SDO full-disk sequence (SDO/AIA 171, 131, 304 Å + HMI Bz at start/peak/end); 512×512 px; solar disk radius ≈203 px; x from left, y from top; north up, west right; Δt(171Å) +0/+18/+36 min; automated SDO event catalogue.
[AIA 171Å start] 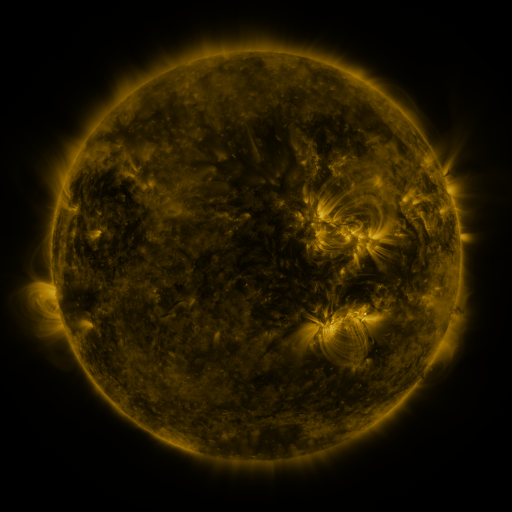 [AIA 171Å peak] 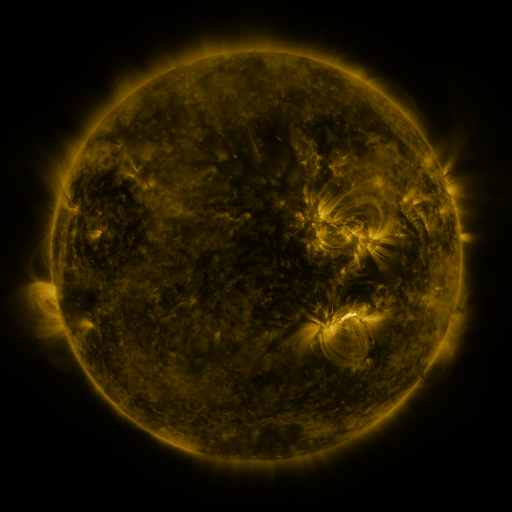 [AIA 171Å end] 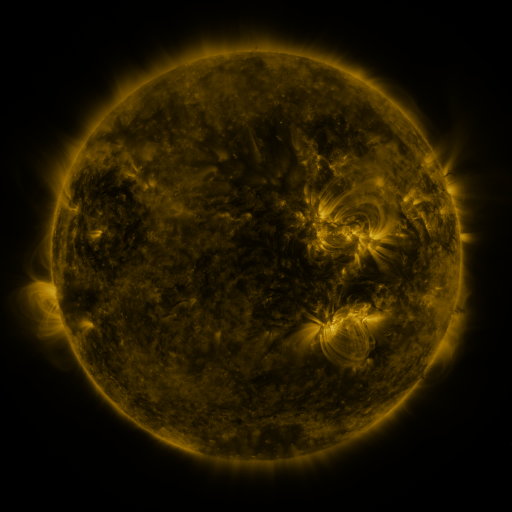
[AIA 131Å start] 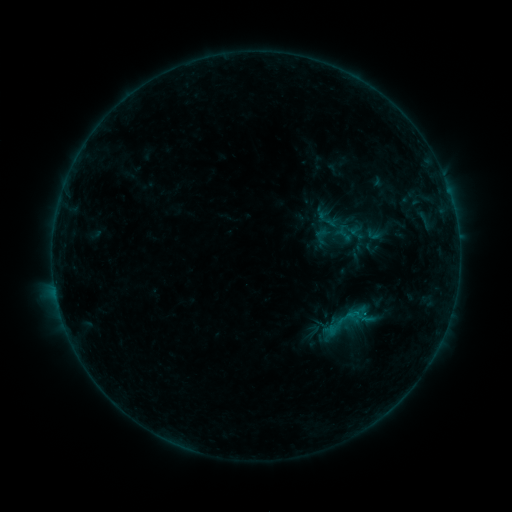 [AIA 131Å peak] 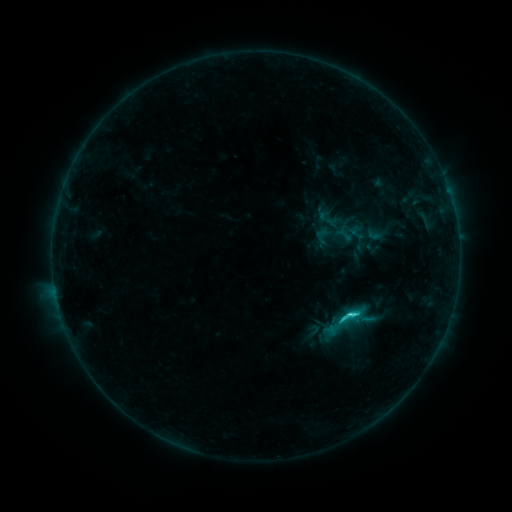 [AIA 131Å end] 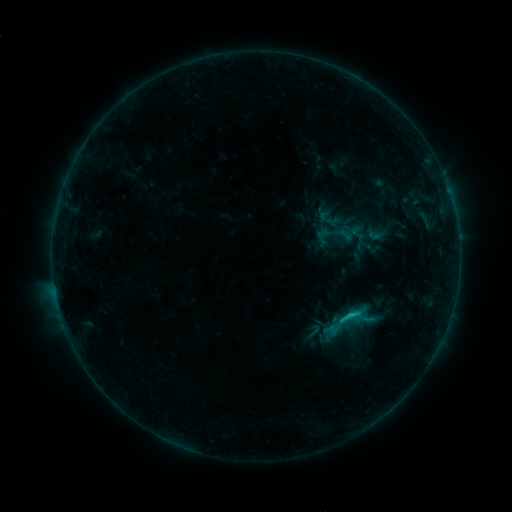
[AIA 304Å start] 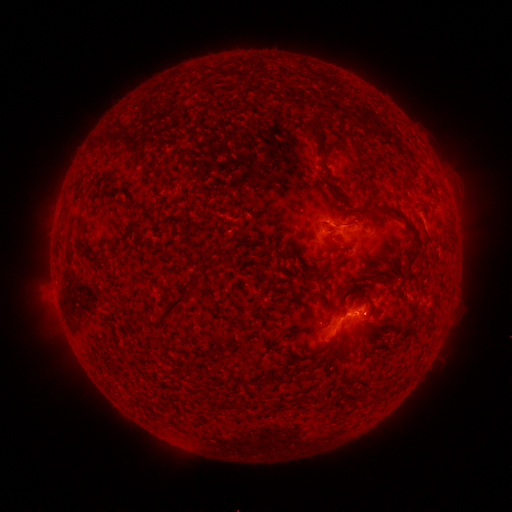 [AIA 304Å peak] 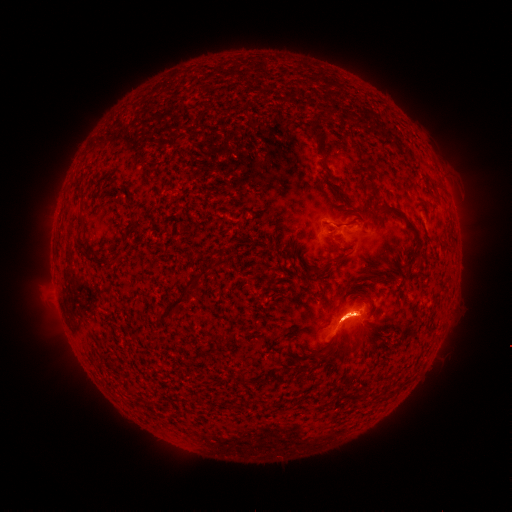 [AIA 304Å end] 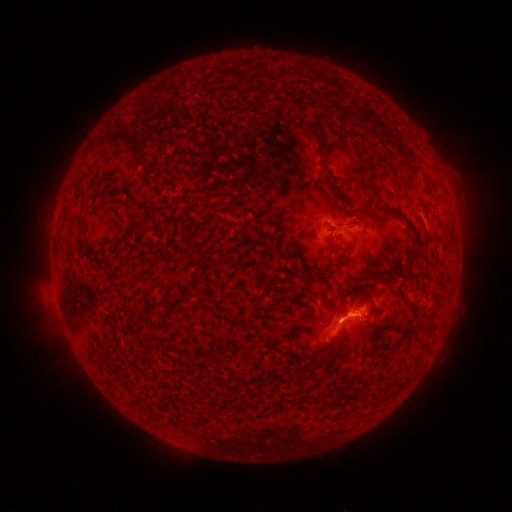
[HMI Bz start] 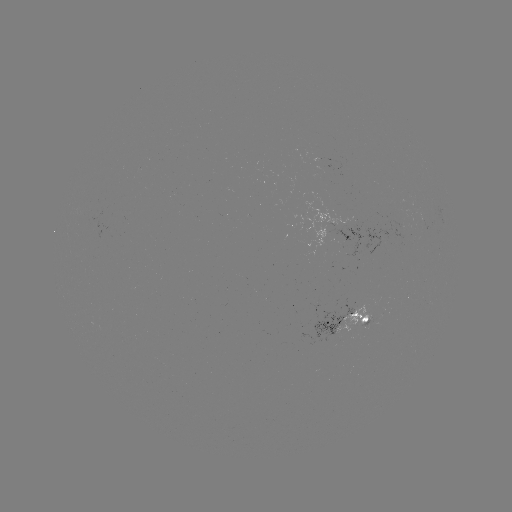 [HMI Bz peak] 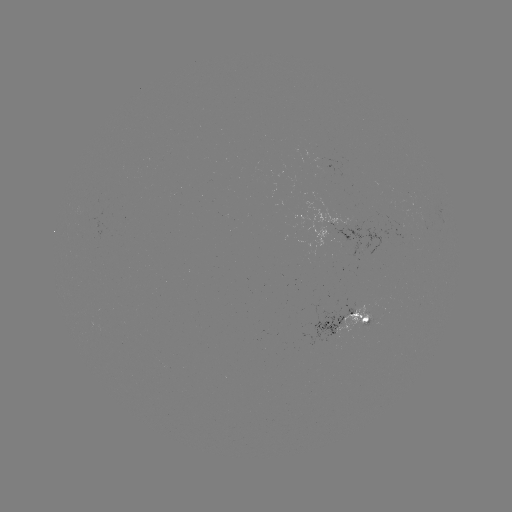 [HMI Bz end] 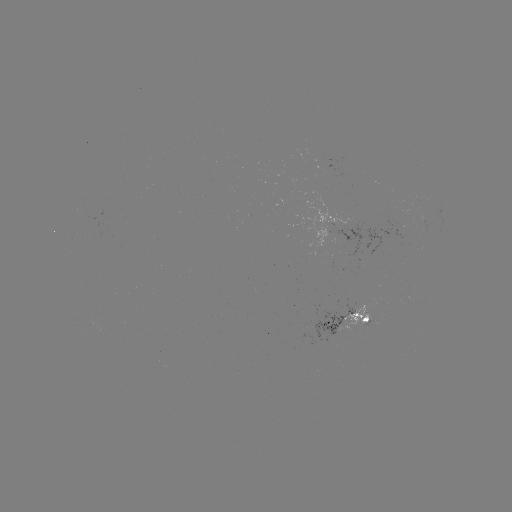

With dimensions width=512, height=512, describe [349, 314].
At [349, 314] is C2.5 flare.